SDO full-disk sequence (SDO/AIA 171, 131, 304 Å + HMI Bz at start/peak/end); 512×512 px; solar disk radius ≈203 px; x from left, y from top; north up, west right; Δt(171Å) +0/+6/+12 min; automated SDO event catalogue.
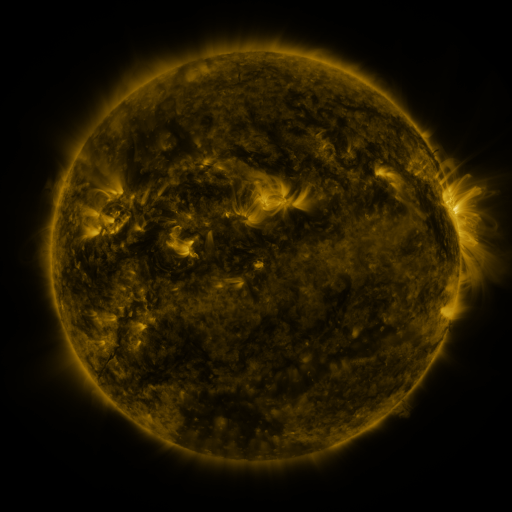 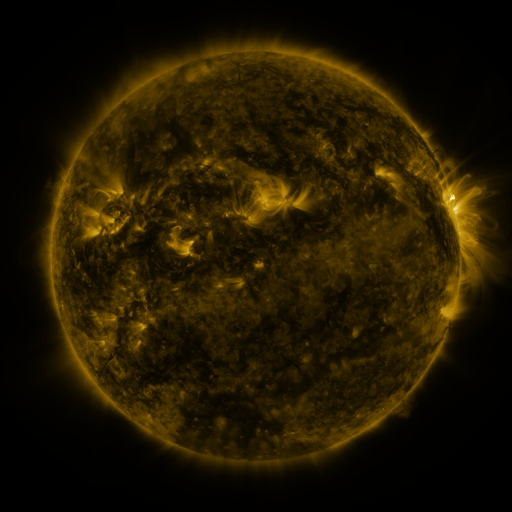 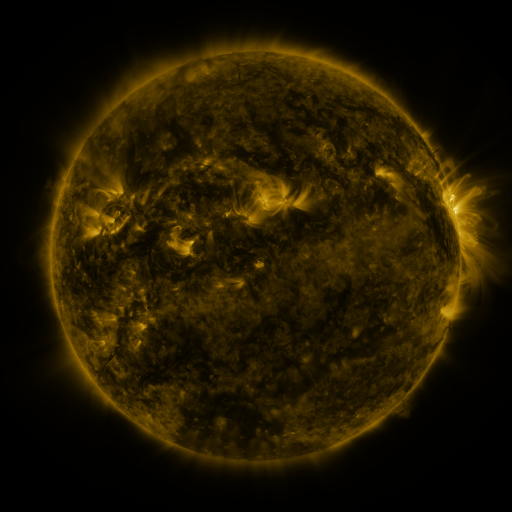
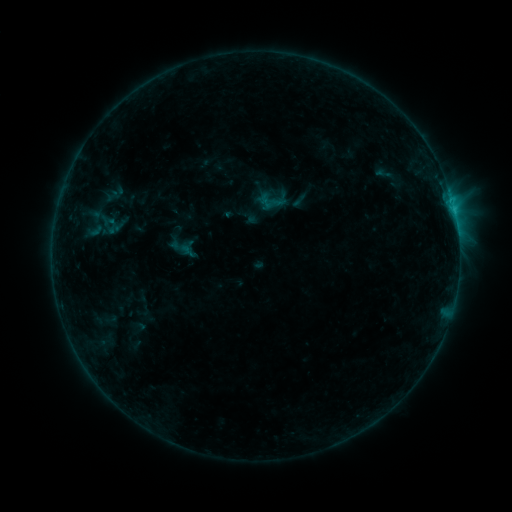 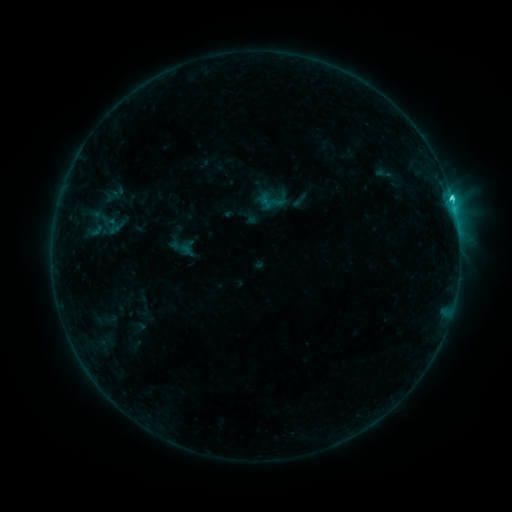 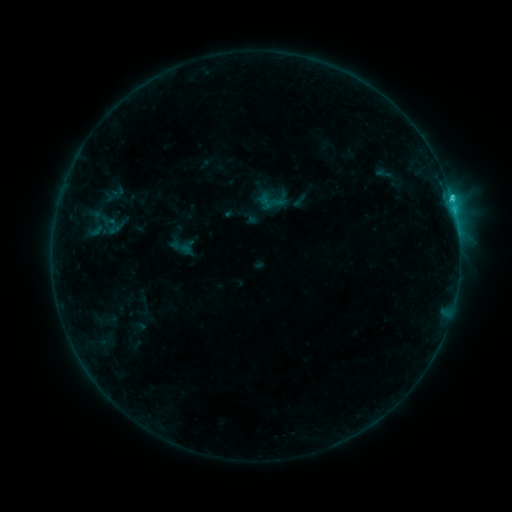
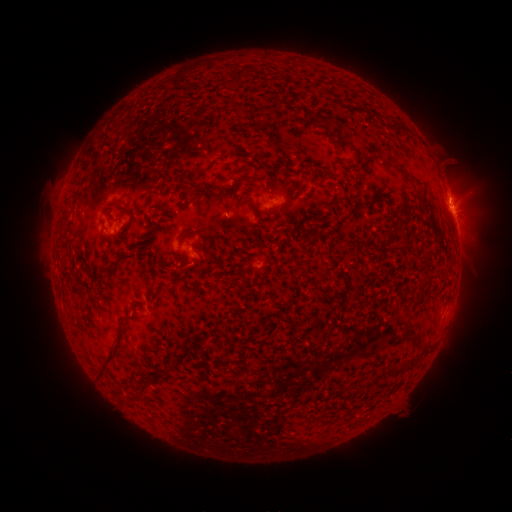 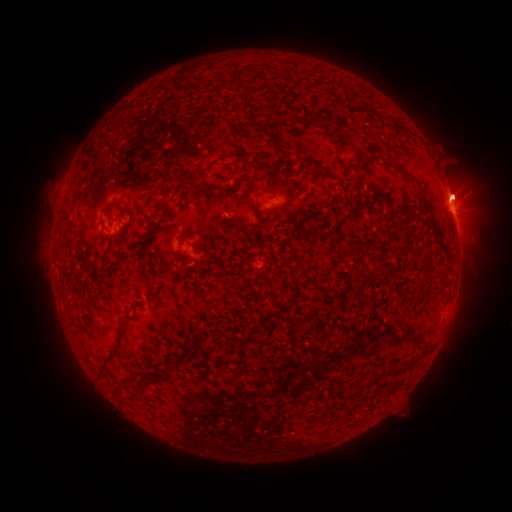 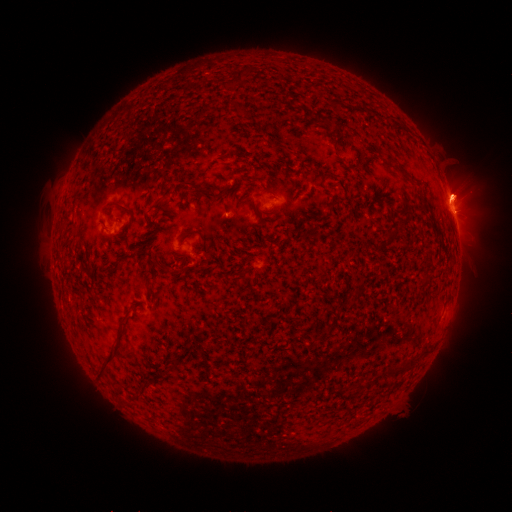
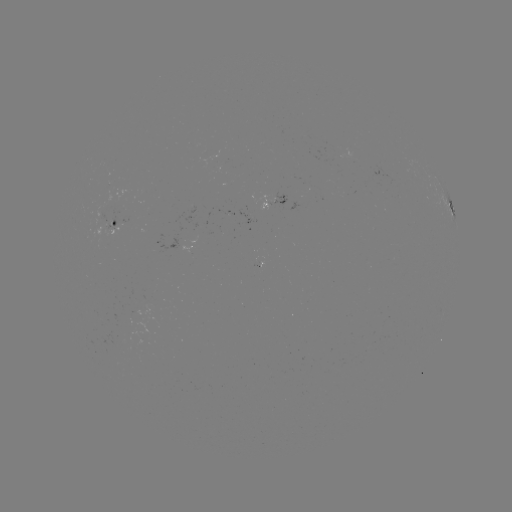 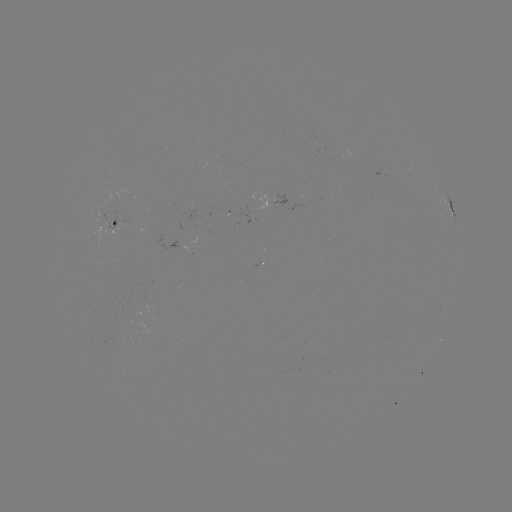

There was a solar flare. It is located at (451, 199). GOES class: C2.0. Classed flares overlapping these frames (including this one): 1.